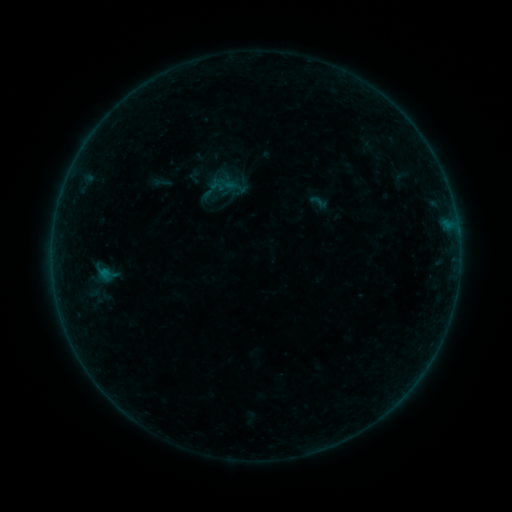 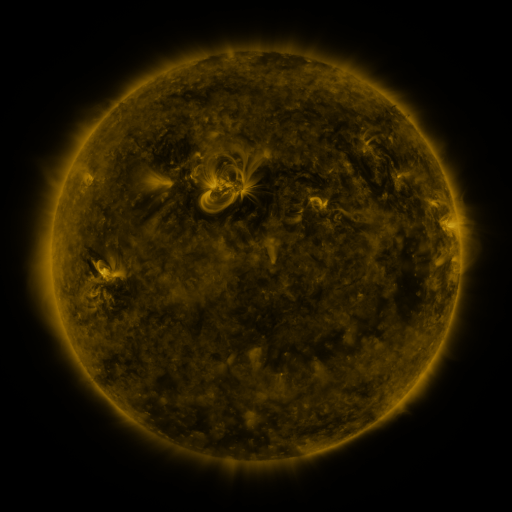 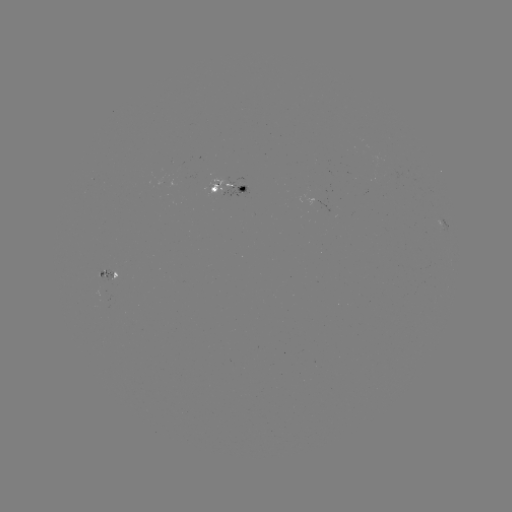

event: sigmoid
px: (319, 202)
